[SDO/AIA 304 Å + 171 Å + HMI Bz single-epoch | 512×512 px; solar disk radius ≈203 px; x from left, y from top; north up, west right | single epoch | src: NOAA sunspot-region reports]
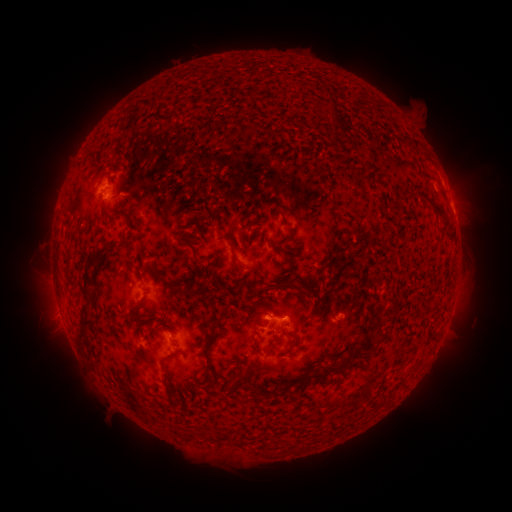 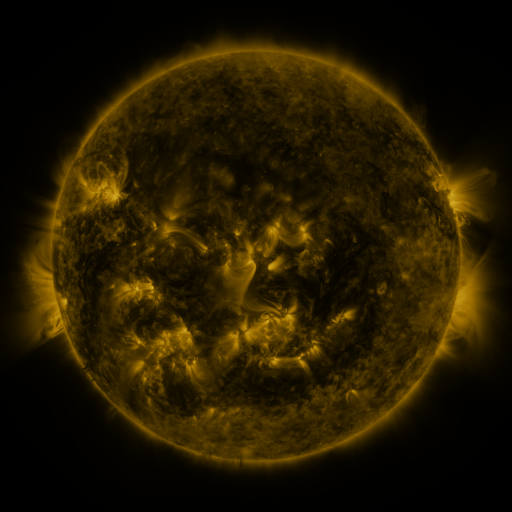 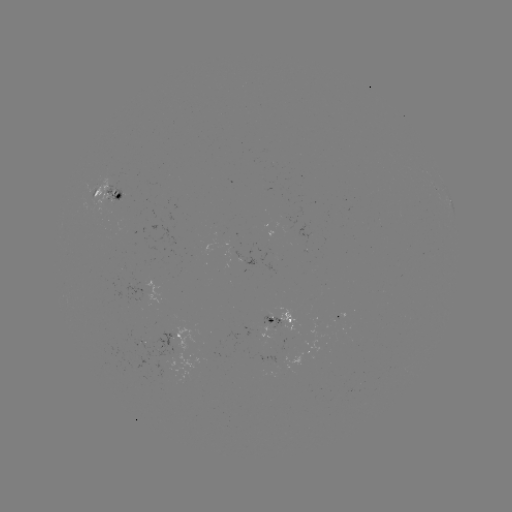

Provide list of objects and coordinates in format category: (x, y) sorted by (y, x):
spotted active region: (108, 192)
spotted active region: (452, 204)
spotted active region: (283, 320)
